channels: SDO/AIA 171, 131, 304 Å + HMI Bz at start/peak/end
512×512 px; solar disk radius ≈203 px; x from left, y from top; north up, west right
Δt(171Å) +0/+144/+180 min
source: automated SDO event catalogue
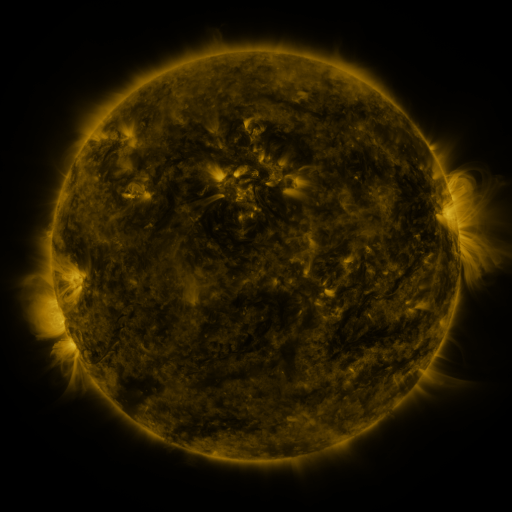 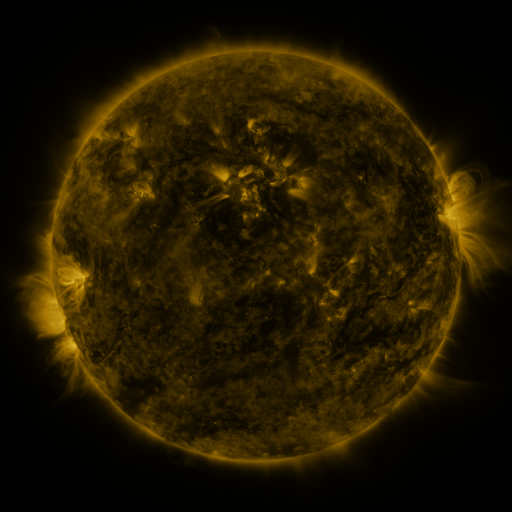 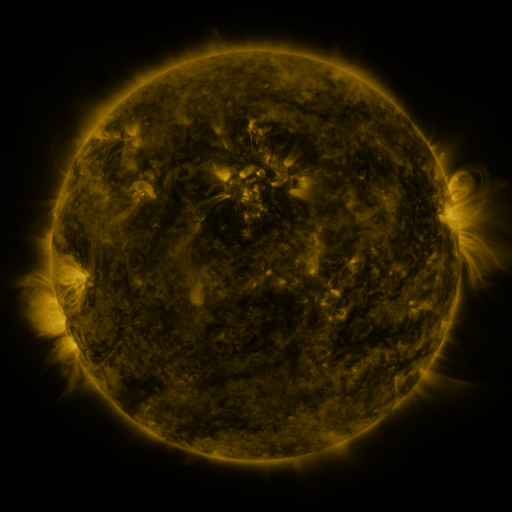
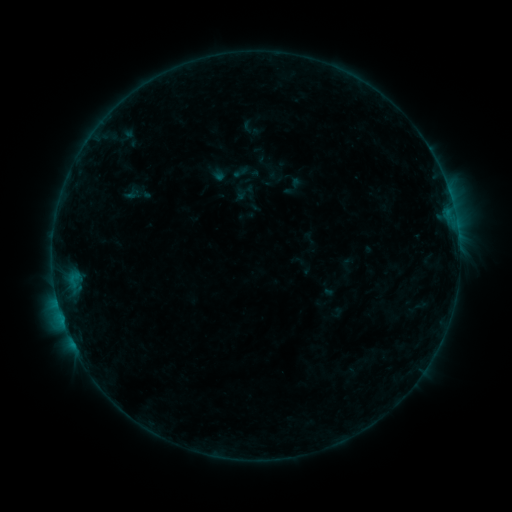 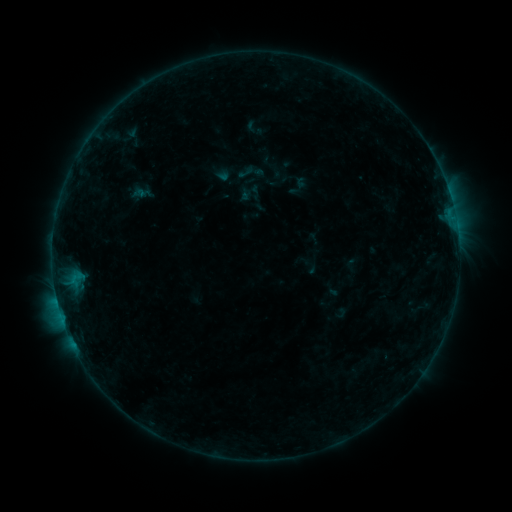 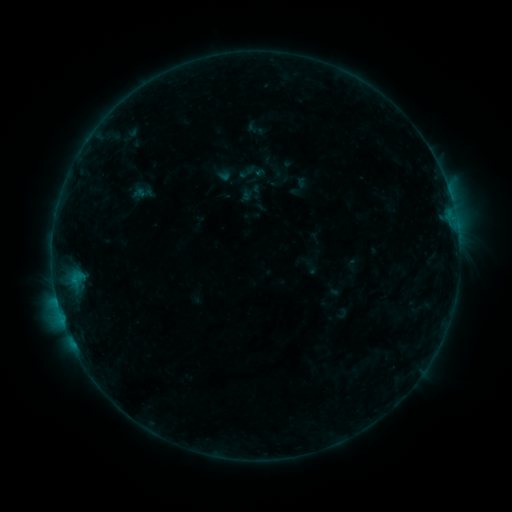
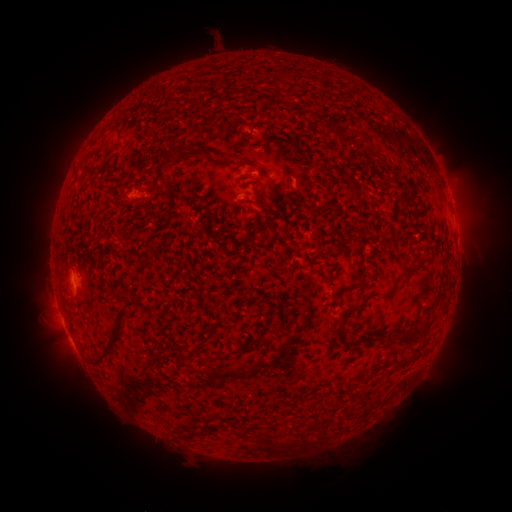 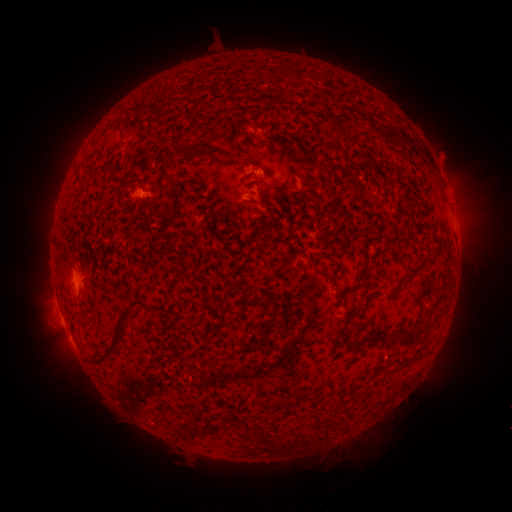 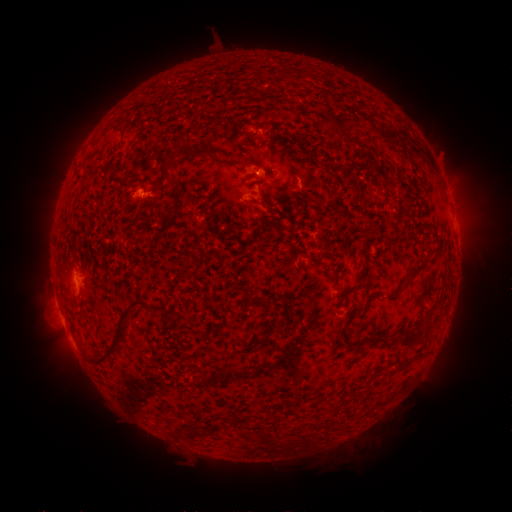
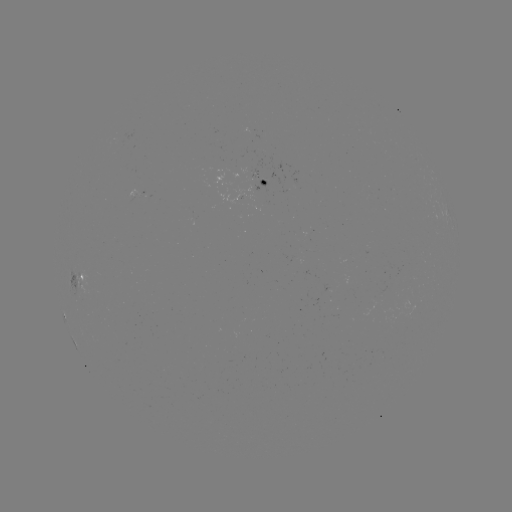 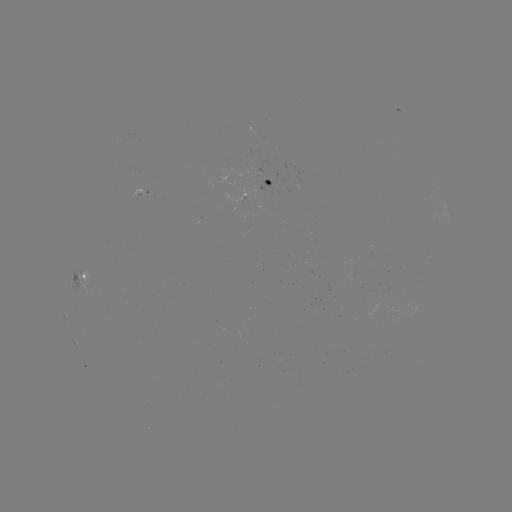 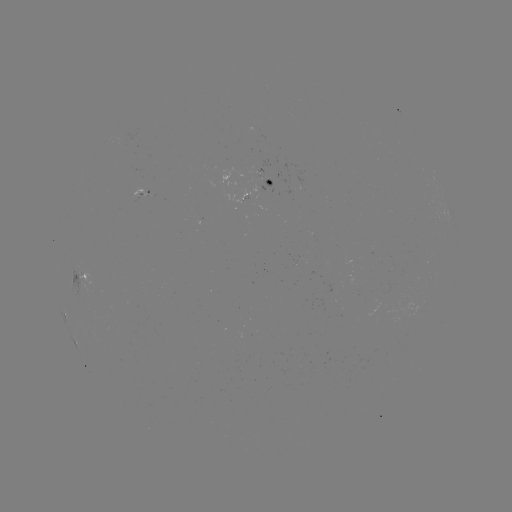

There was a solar emerging-flux region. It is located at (259, 173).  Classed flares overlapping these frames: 1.